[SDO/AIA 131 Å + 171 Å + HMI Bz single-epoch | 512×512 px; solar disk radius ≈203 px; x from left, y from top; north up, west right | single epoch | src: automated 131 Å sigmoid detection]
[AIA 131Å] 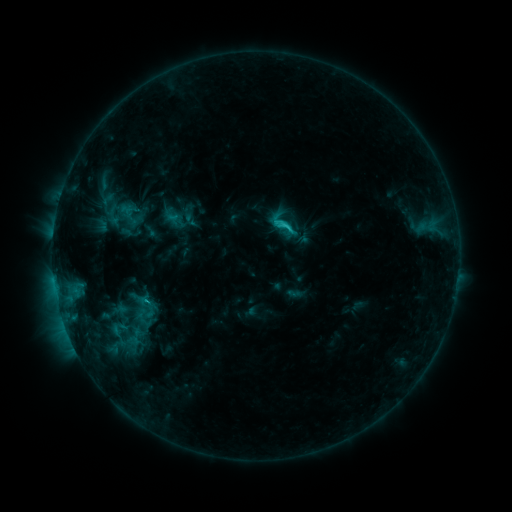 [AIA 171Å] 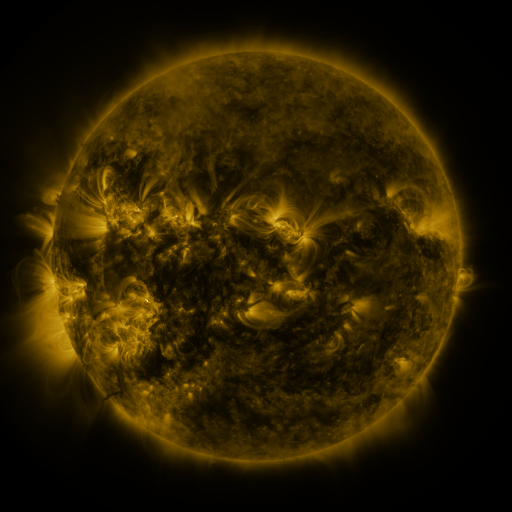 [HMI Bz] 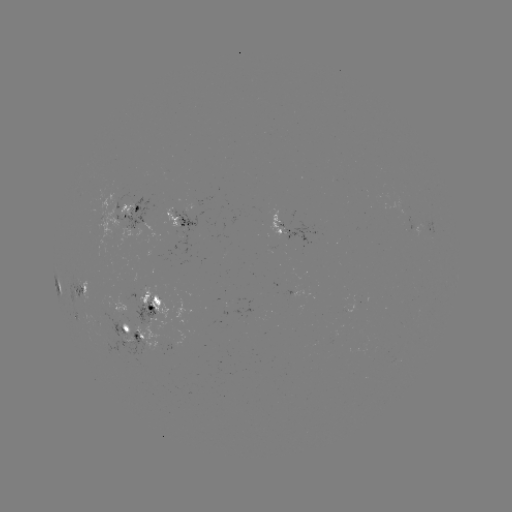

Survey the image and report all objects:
sigmoid: <bbox>95, 190, 131, 228</bbox>
sigmoid: <bbox>271, 213, 301, 242</bbox>
sigmoid: <bbox>117, 287, 170, 332</bbox>
sigmoid: <bbox>104, 317, 134, 340</bbox>
